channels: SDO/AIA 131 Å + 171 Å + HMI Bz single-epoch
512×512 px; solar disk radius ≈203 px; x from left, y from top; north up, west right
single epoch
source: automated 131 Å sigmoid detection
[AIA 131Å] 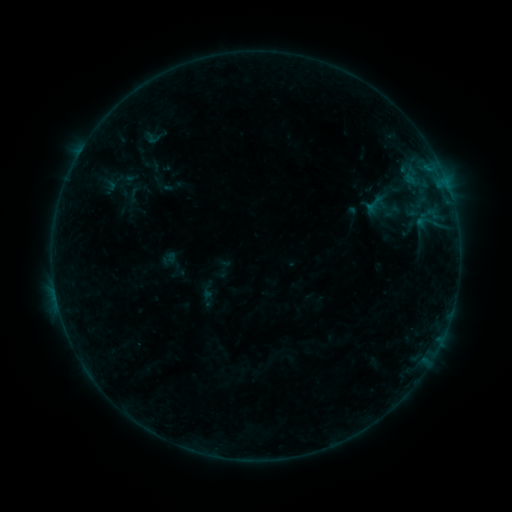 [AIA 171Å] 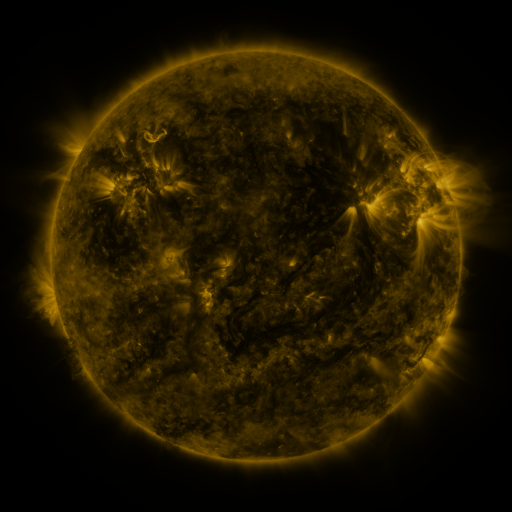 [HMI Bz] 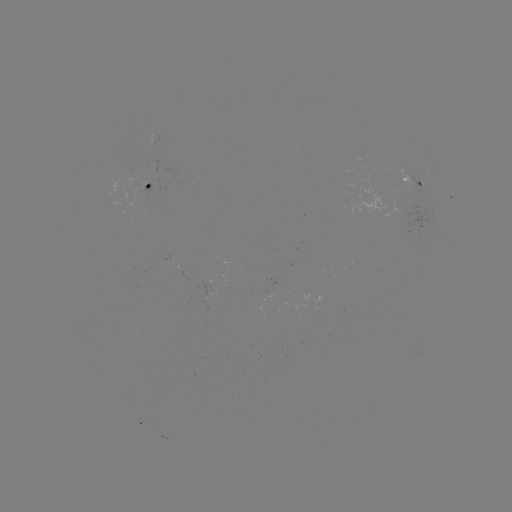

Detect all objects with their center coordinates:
sigmoid: (155, 136)
sigmoid: (393, 211)
